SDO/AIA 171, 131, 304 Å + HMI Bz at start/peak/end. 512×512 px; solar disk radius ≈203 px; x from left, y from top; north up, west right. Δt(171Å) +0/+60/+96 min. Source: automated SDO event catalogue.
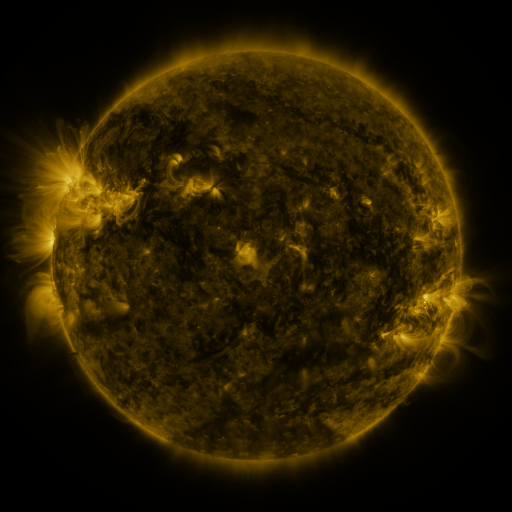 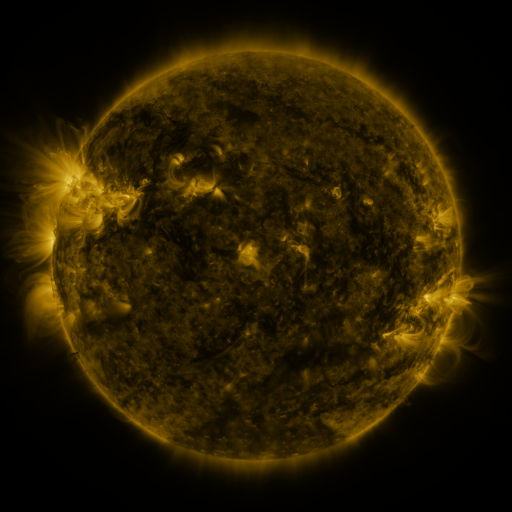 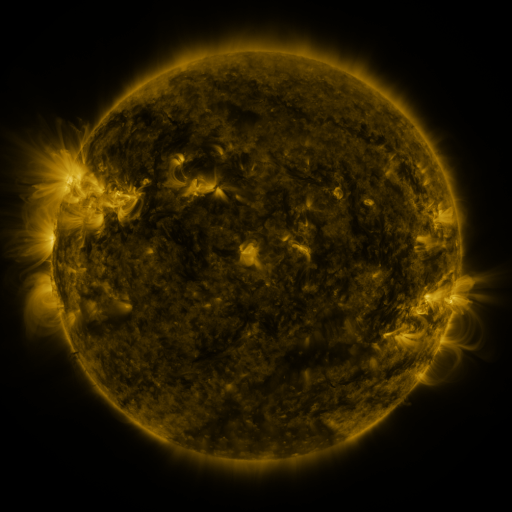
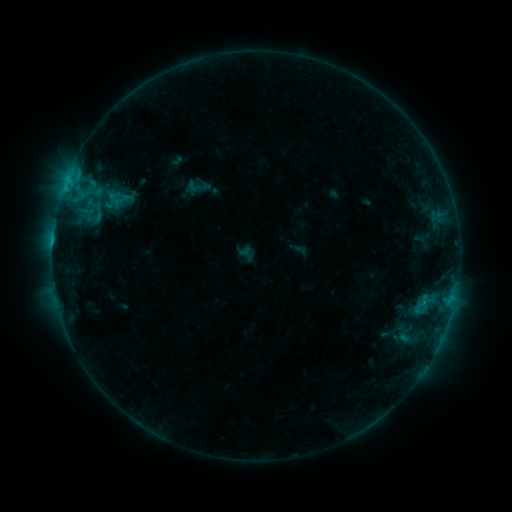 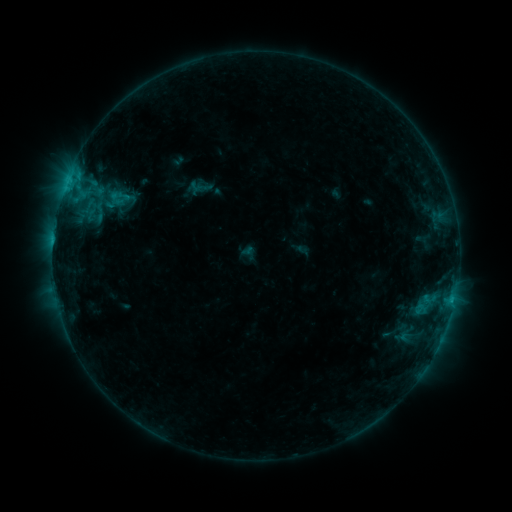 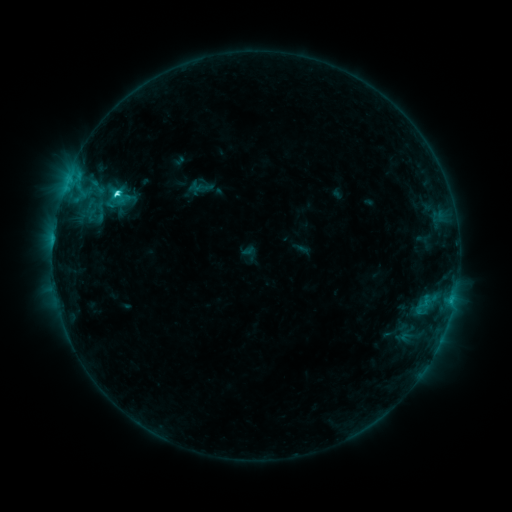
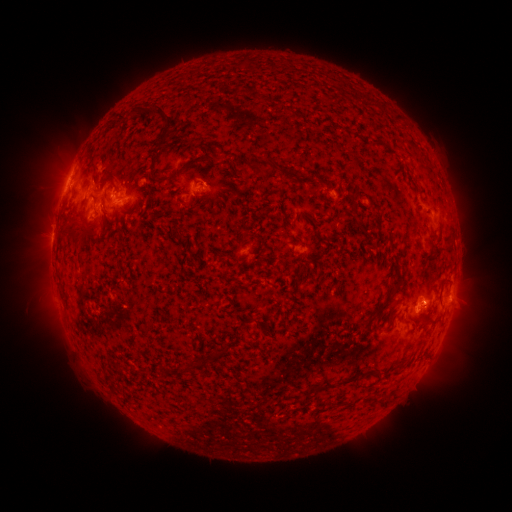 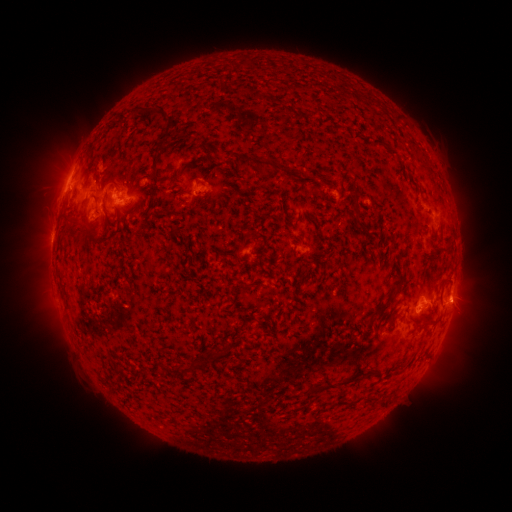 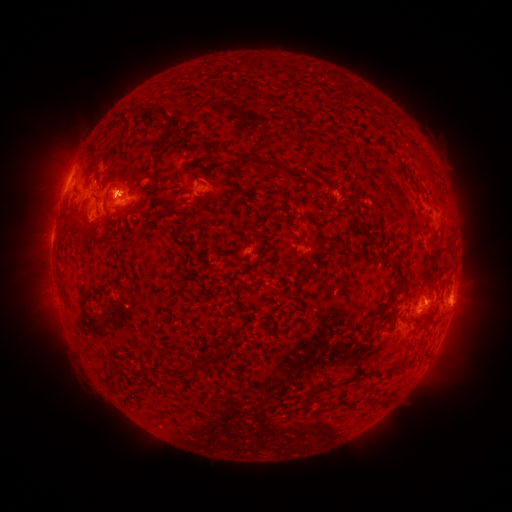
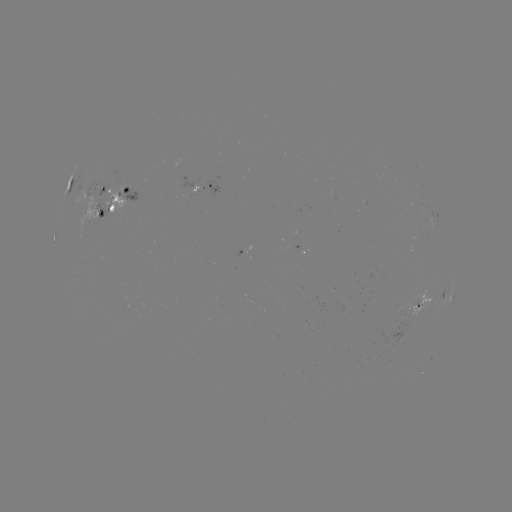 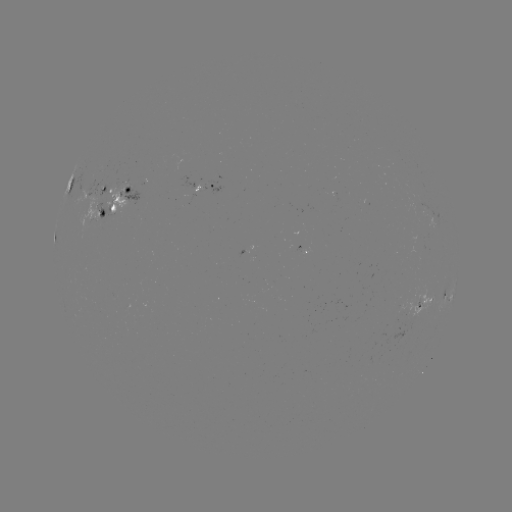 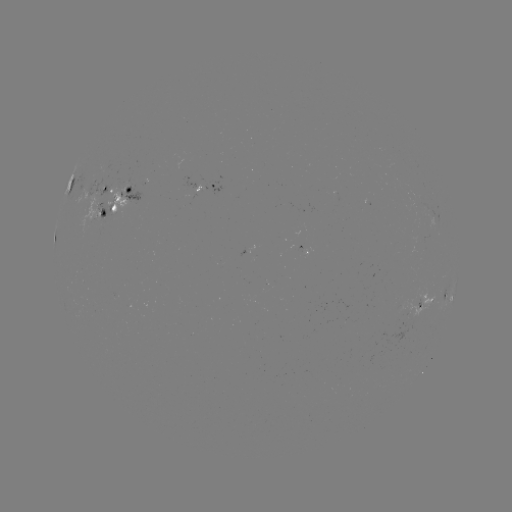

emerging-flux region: <bbox>81, 197, 98, 233</bbox>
